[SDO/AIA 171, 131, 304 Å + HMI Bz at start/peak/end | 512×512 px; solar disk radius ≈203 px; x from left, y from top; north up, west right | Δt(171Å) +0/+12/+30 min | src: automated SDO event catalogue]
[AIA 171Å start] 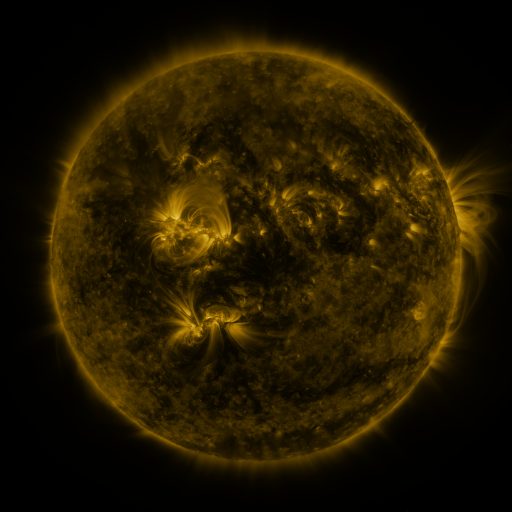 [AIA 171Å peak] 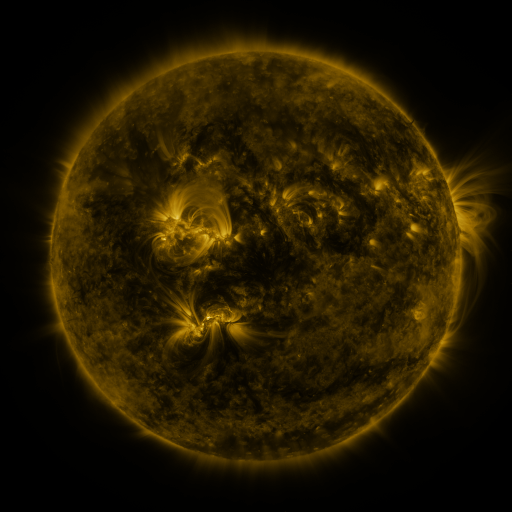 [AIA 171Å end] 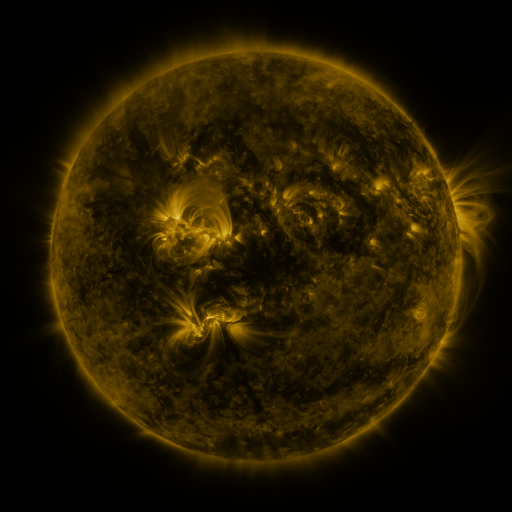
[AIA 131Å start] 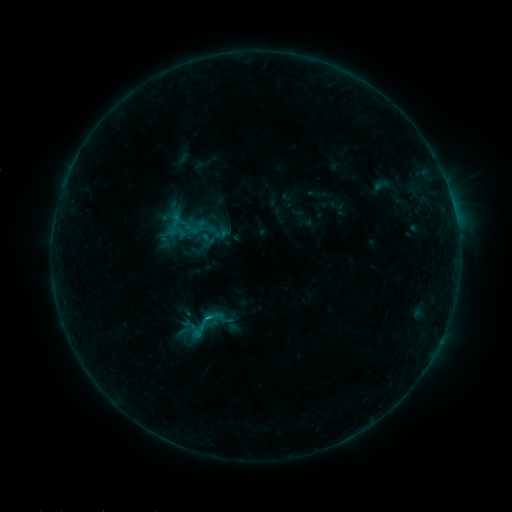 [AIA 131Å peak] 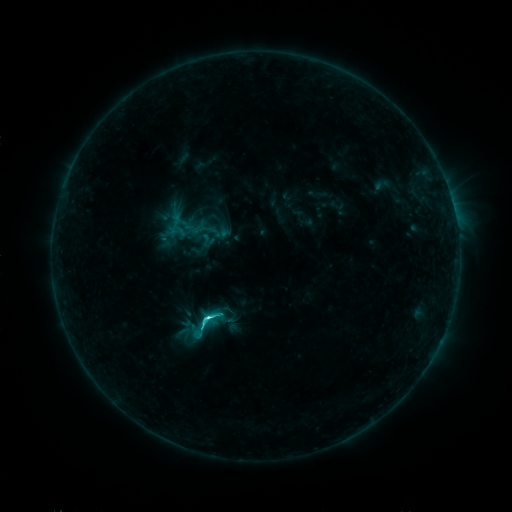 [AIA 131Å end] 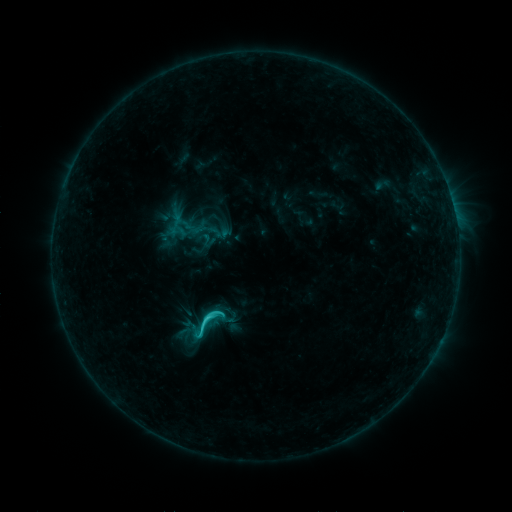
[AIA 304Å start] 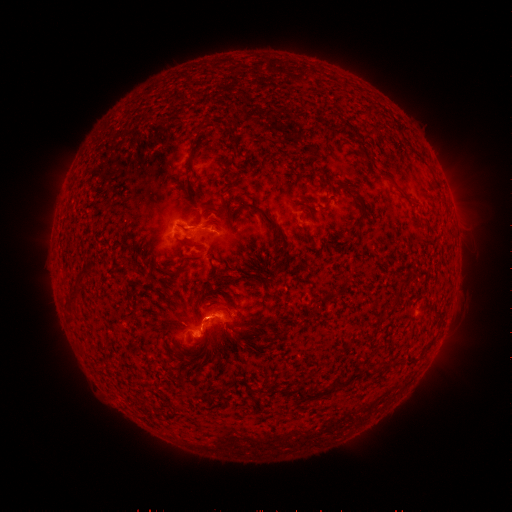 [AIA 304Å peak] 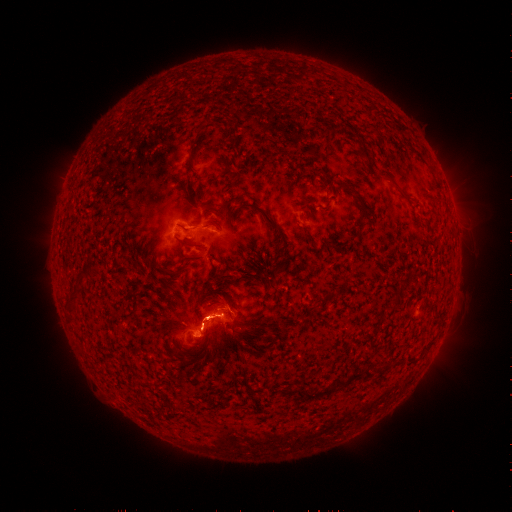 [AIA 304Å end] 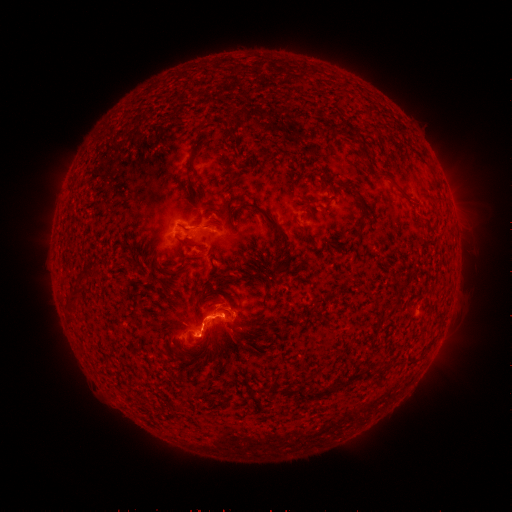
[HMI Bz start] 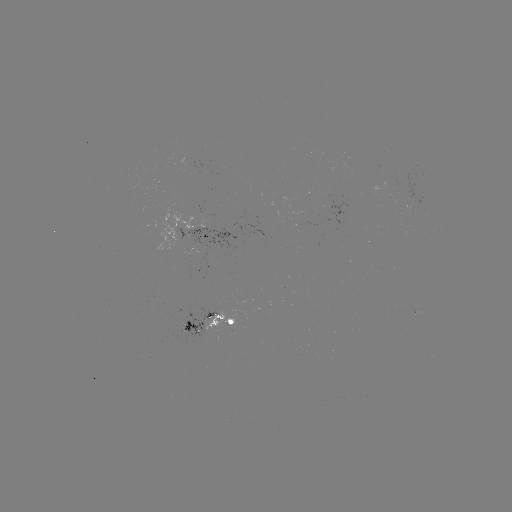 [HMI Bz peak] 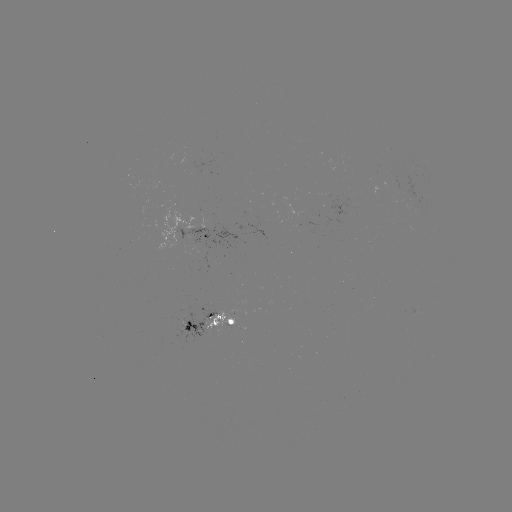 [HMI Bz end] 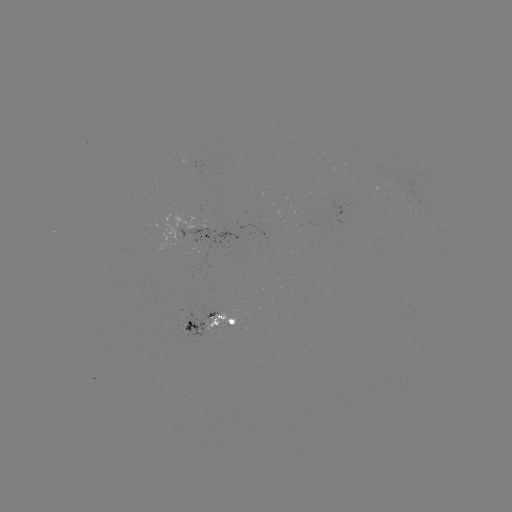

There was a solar flare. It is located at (209, 318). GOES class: C4.1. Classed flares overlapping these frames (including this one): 1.